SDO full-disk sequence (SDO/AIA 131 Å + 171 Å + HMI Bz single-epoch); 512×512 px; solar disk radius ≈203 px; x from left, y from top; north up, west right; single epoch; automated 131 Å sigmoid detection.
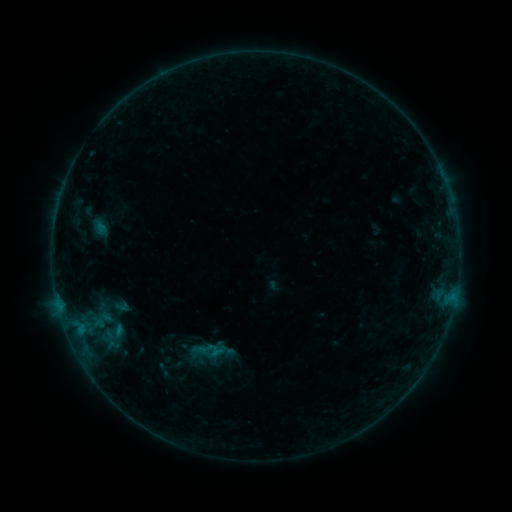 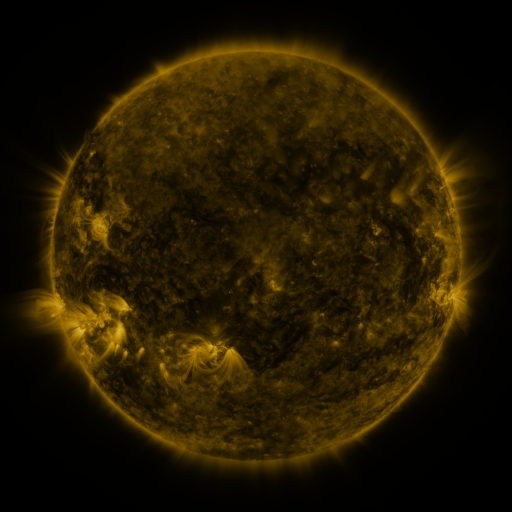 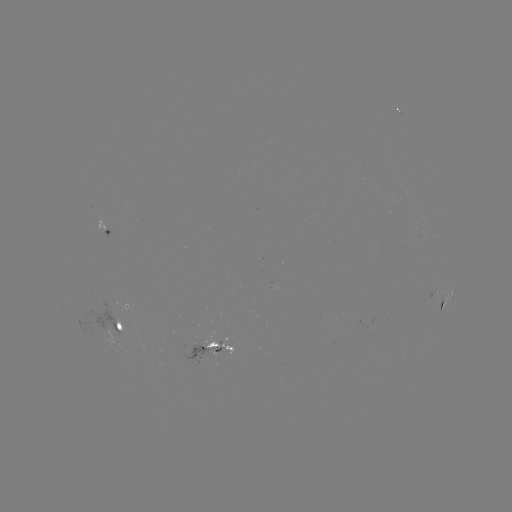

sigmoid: <bbox>192, 335, 229, 367</bbox>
